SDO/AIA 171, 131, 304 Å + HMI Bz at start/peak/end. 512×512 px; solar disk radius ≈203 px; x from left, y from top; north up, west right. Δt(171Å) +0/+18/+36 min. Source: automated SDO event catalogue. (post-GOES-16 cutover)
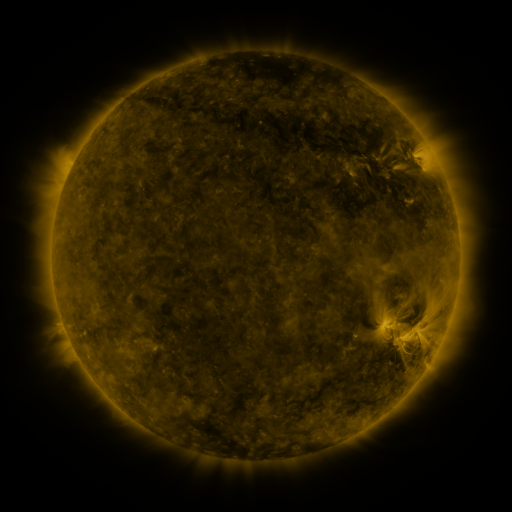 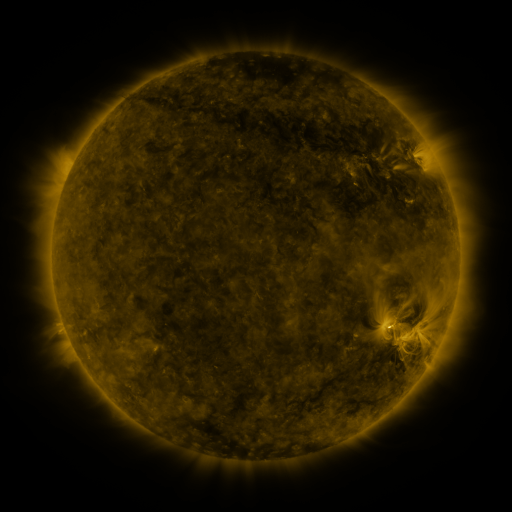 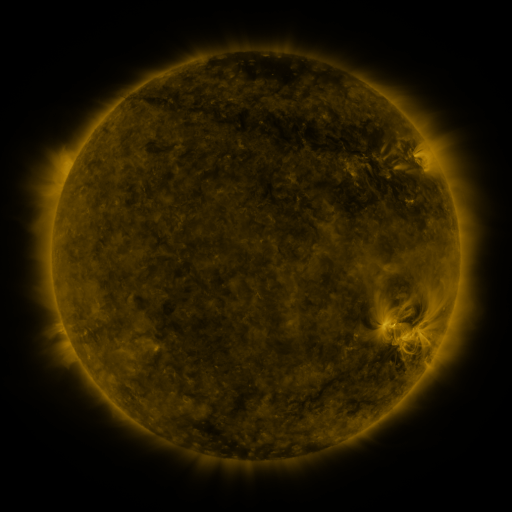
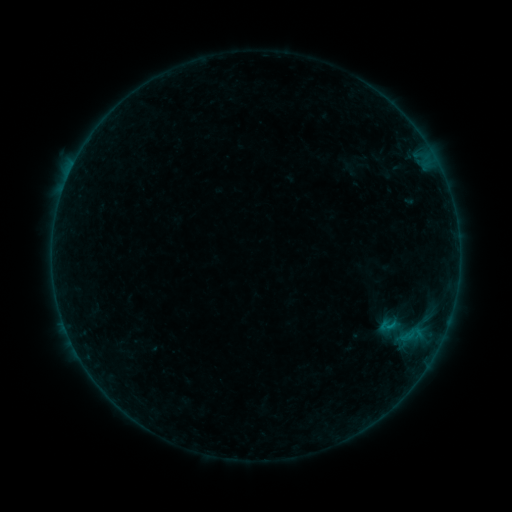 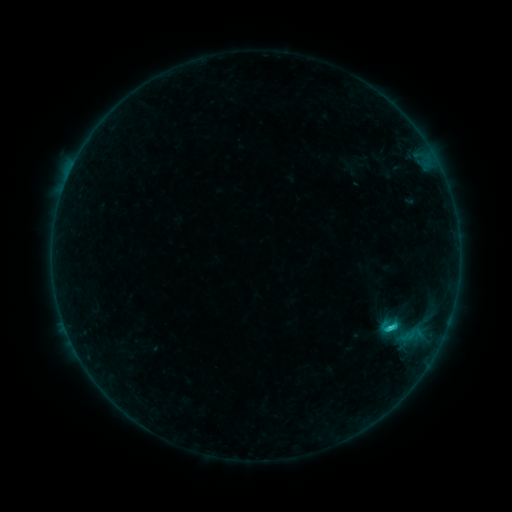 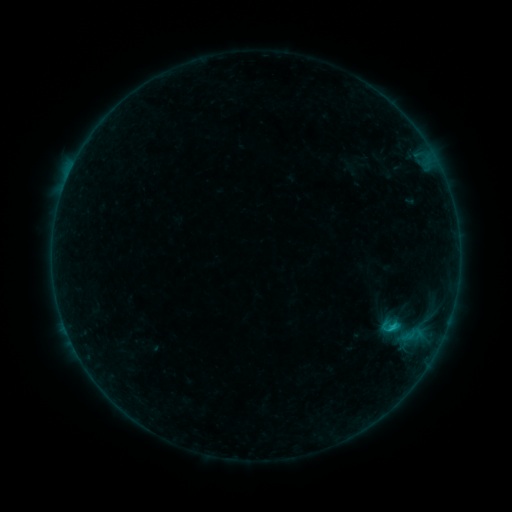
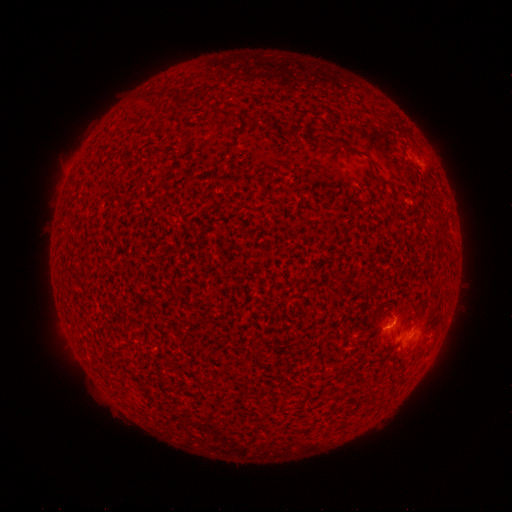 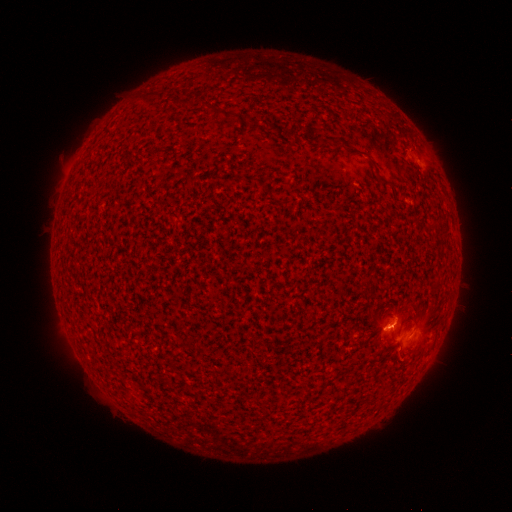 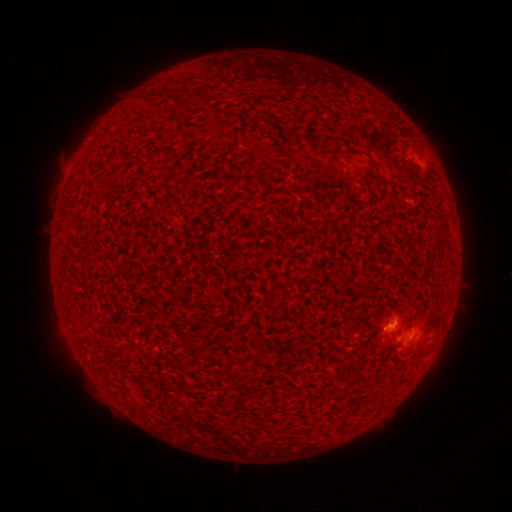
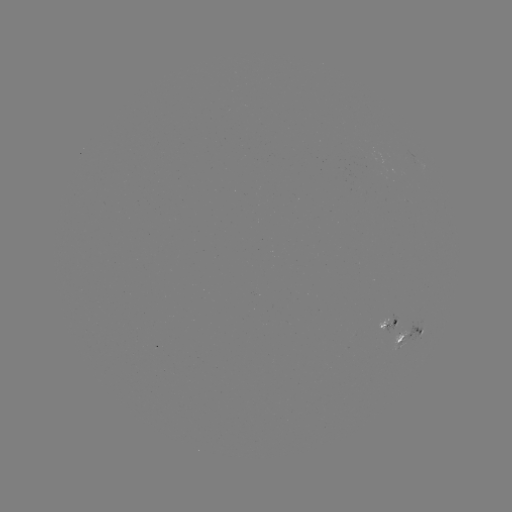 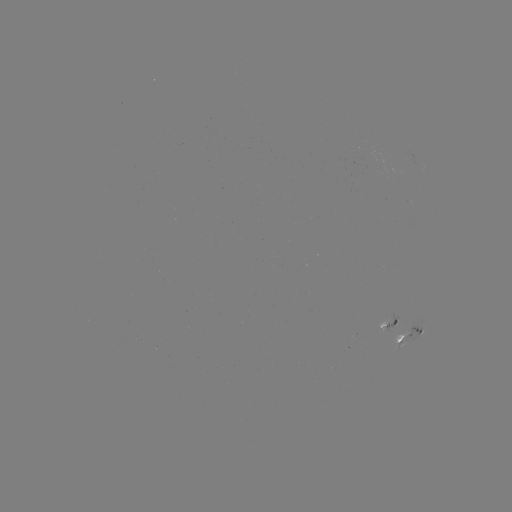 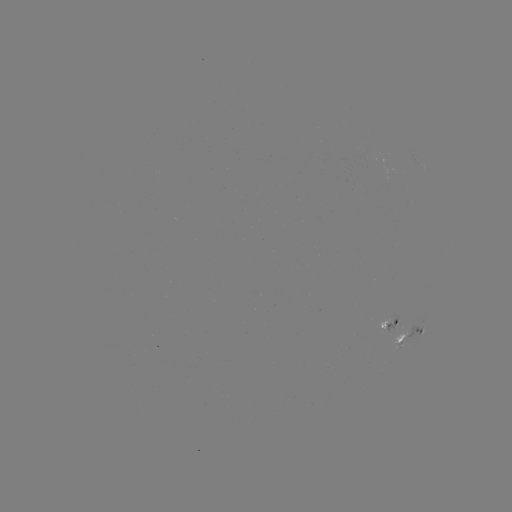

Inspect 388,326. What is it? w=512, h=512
C1.5 flare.